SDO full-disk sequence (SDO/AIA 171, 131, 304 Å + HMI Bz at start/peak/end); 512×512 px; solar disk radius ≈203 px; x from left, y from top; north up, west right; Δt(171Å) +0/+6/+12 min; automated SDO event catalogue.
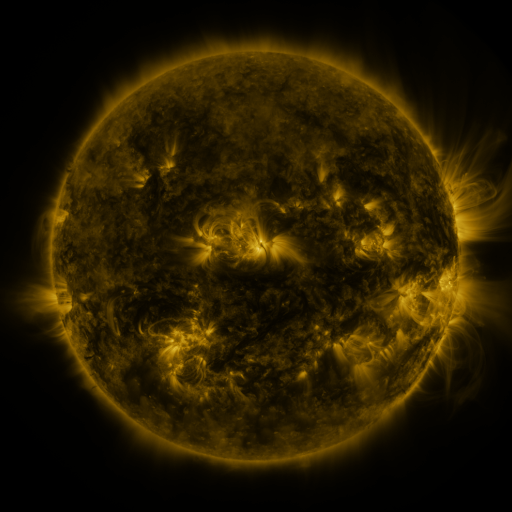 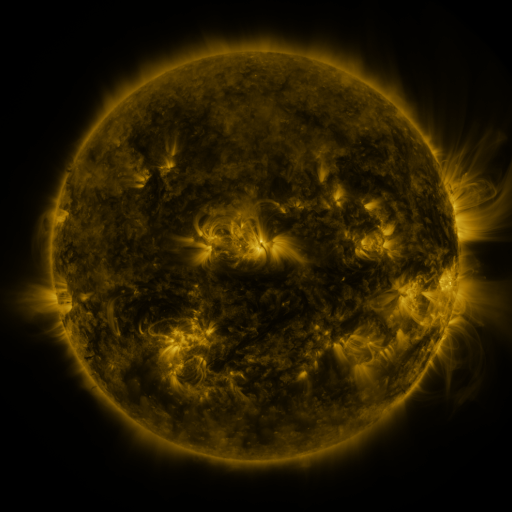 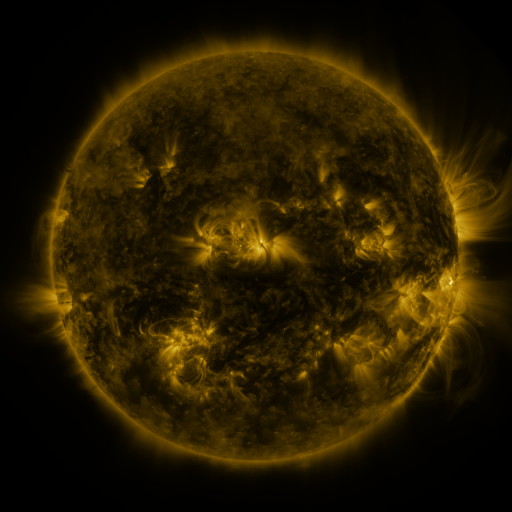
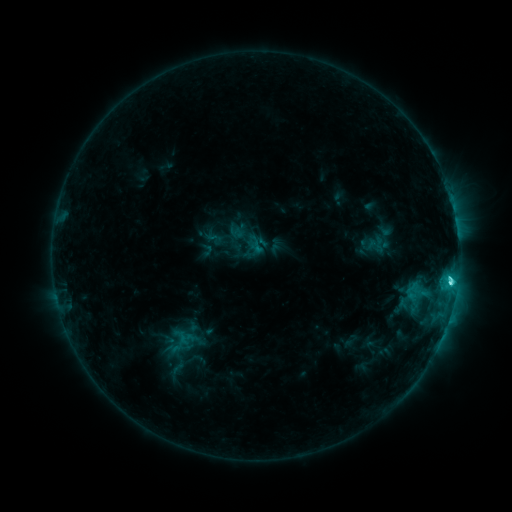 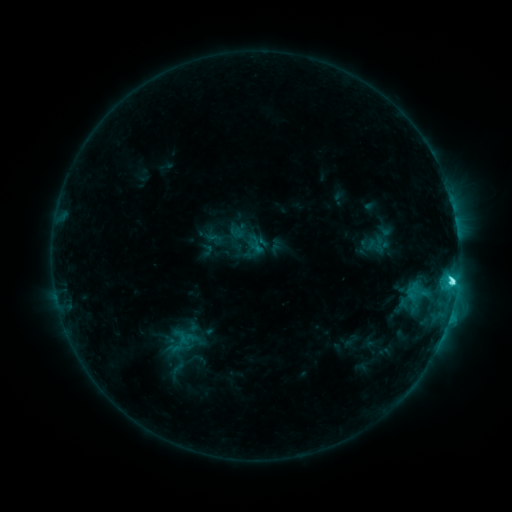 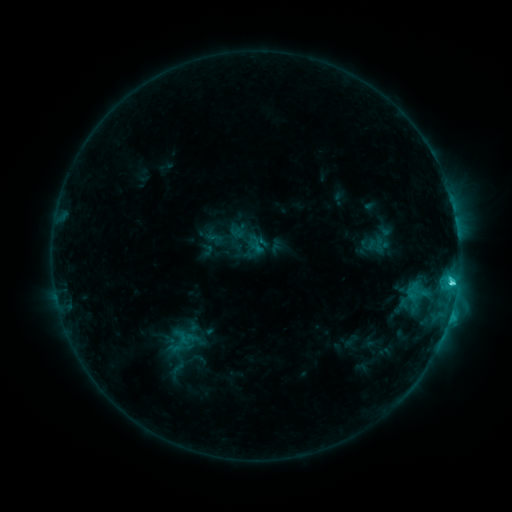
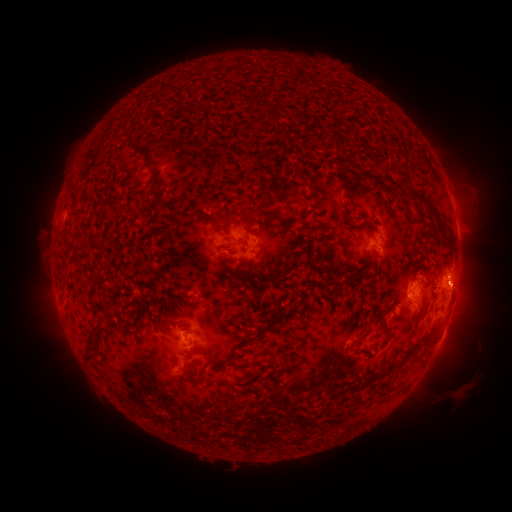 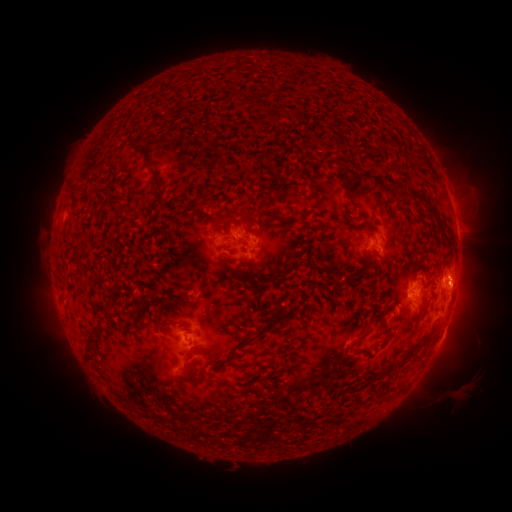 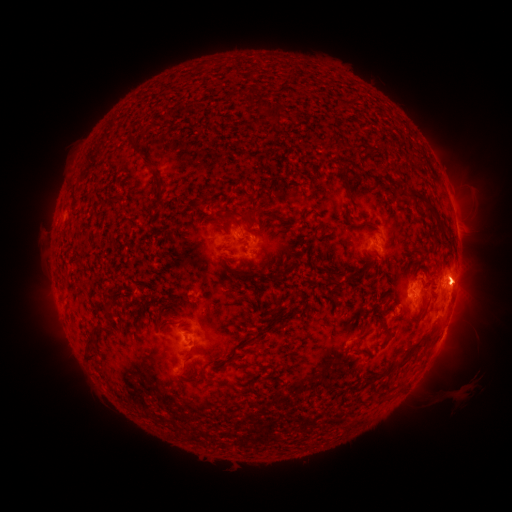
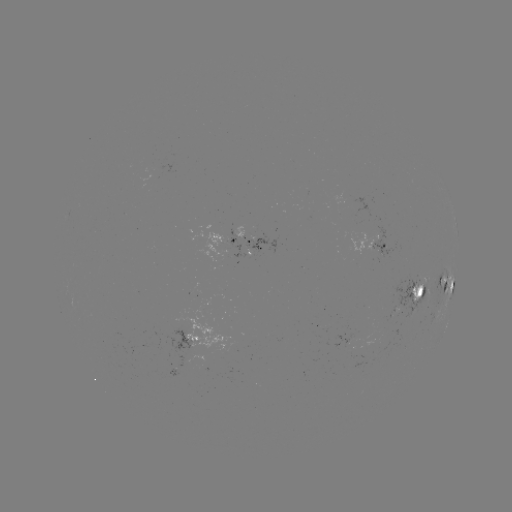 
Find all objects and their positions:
eruption: (469, 277)
